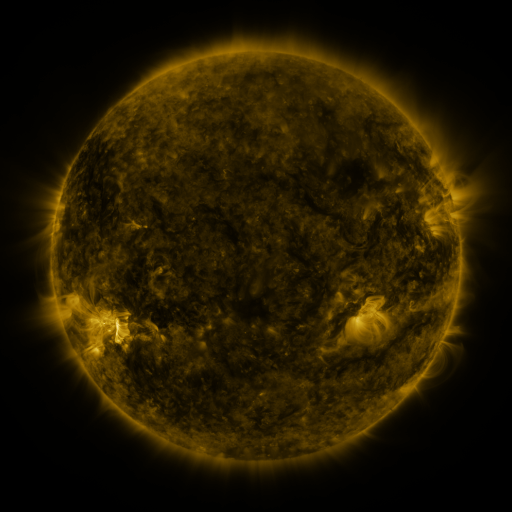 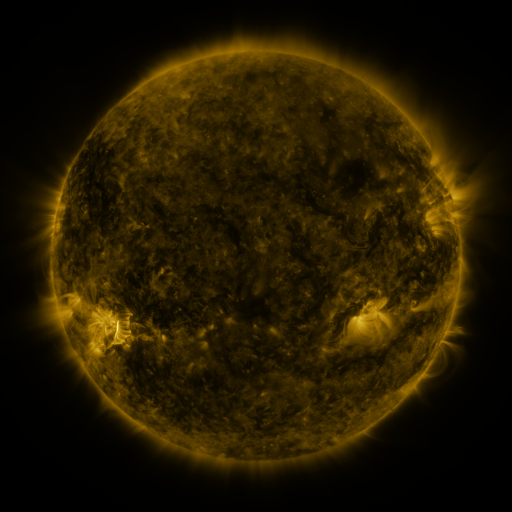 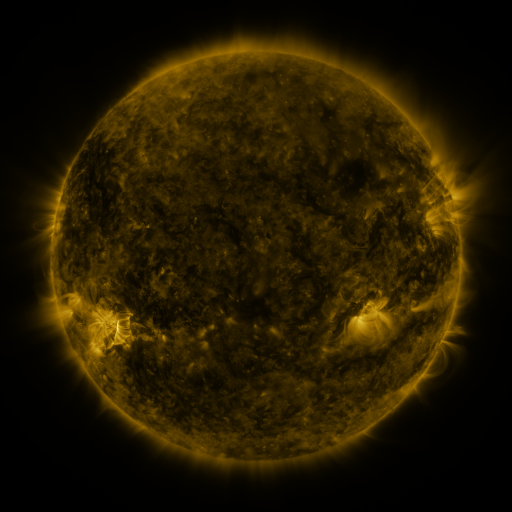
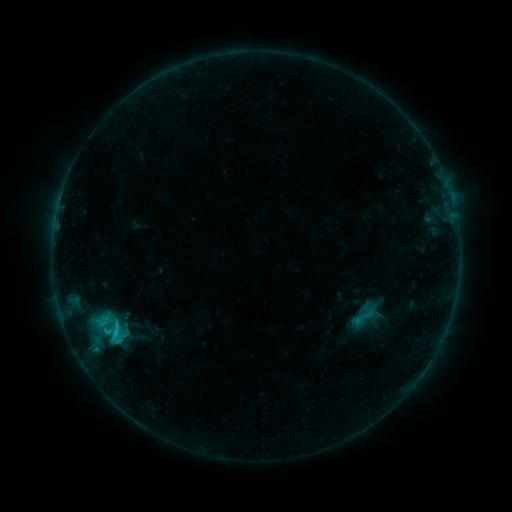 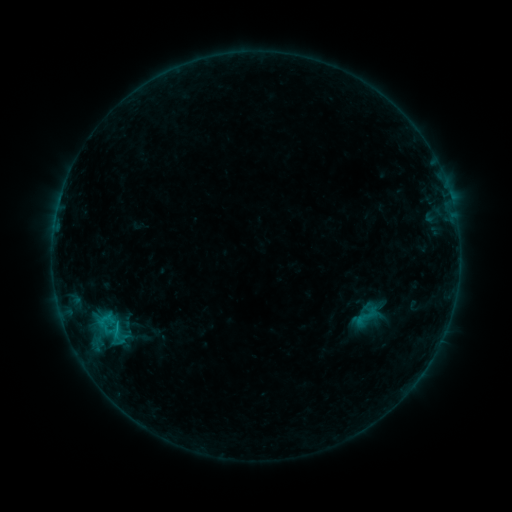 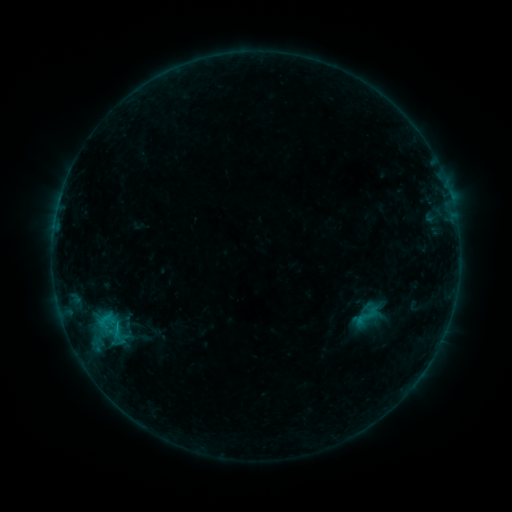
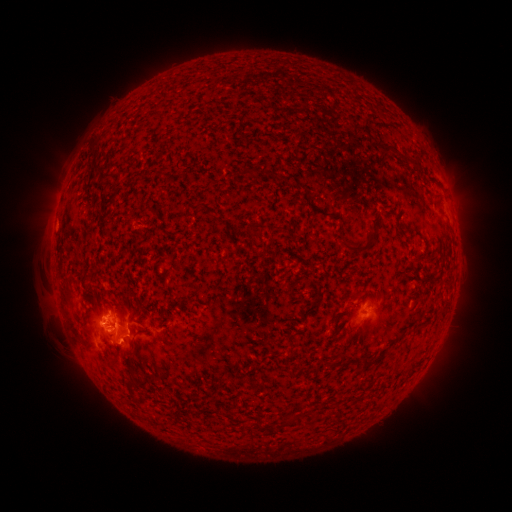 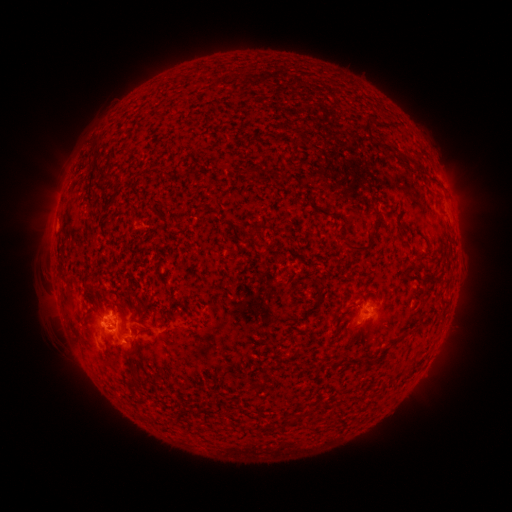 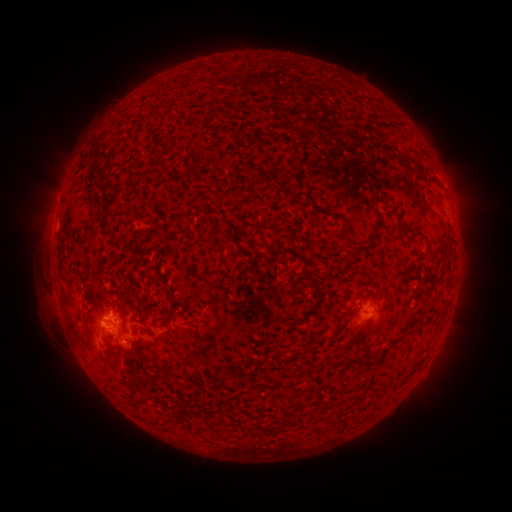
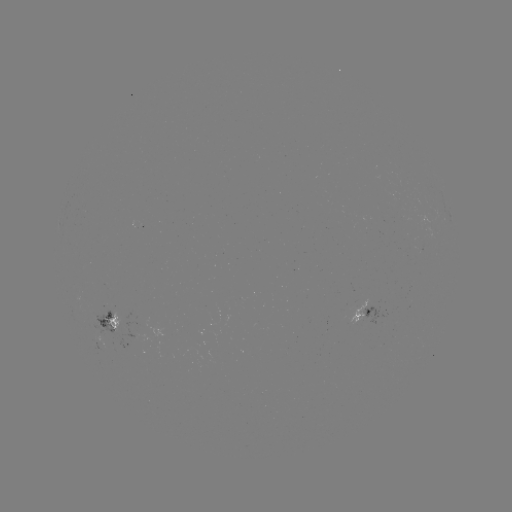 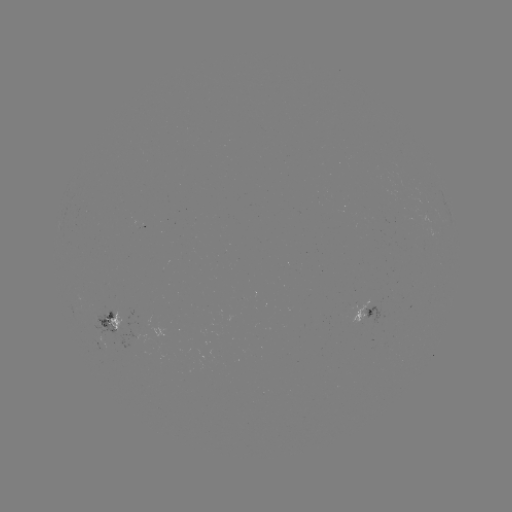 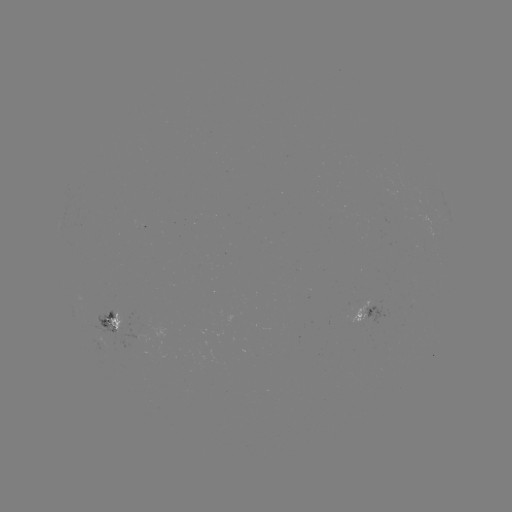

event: emerging-flux region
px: (118, 324)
